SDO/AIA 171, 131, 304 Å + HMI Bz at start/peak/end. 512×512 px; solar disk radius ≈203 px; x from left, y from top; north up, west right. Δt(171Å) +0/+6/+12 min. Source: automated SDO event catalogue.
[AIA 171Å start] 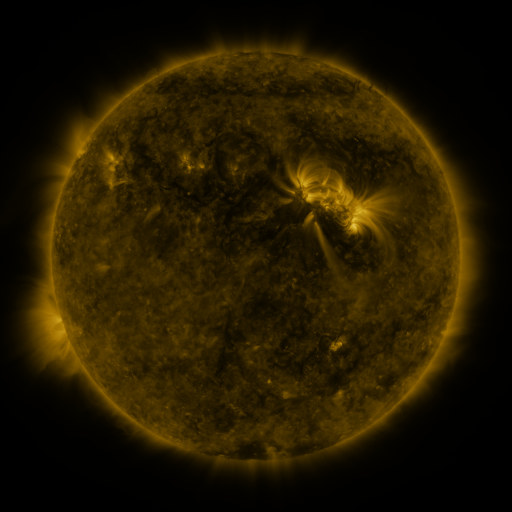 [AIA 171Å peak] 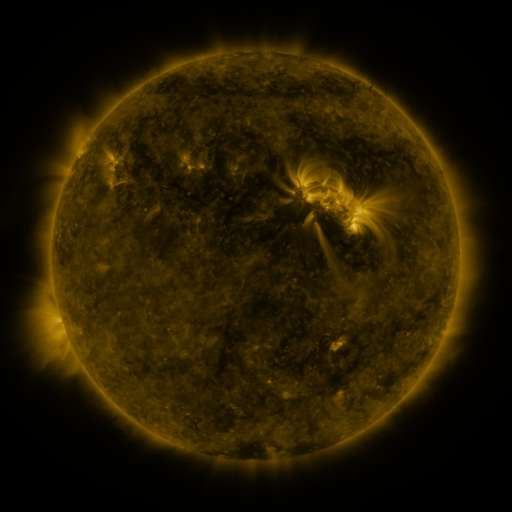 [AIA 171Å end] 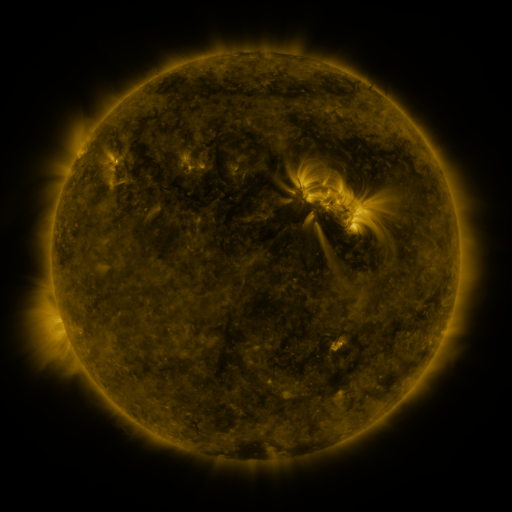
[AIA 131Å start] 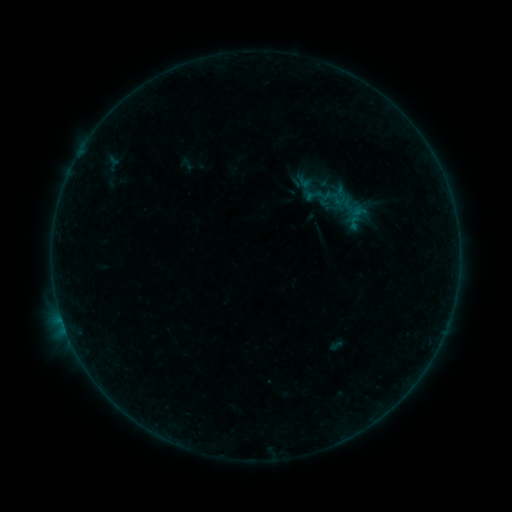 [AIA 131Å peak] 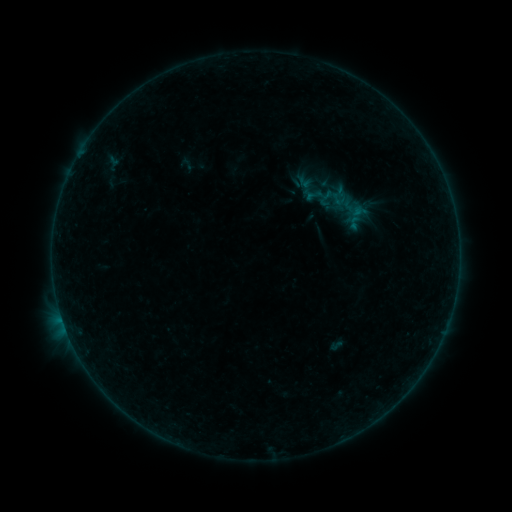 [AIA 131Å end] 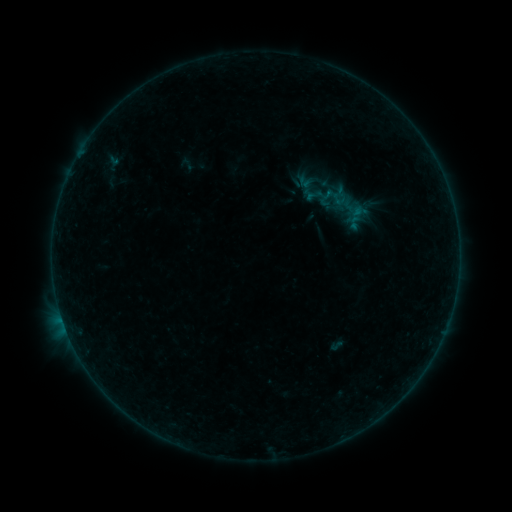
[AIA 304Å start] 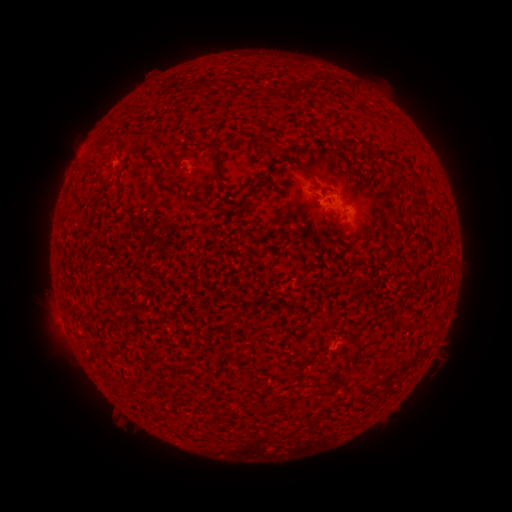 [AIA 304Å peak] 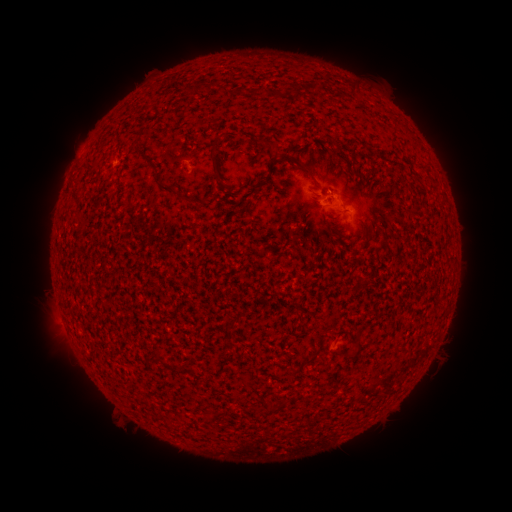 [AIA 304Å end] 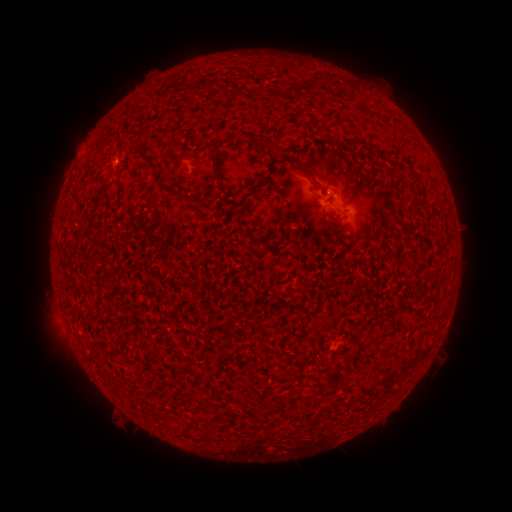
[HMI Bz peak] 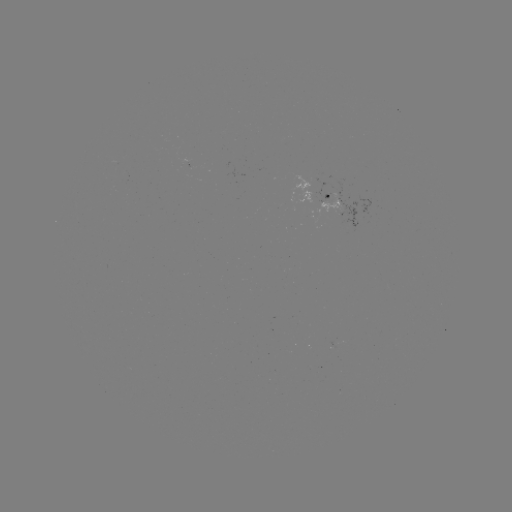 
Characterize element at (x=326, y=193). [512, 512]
B1.3 flare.